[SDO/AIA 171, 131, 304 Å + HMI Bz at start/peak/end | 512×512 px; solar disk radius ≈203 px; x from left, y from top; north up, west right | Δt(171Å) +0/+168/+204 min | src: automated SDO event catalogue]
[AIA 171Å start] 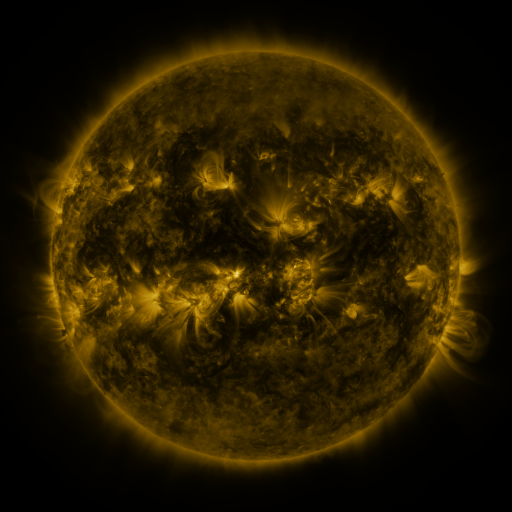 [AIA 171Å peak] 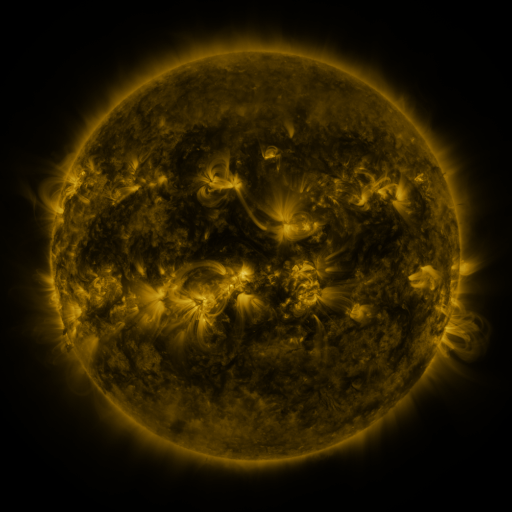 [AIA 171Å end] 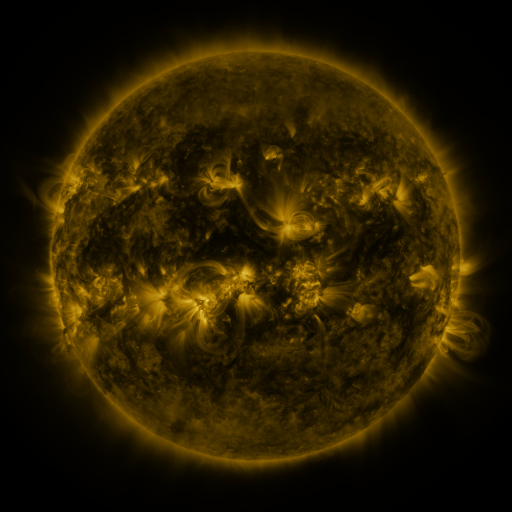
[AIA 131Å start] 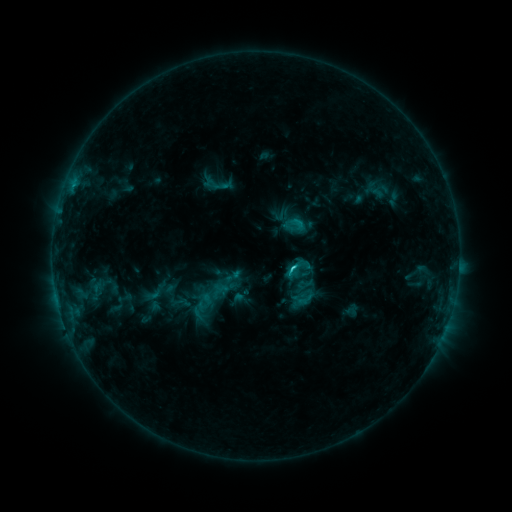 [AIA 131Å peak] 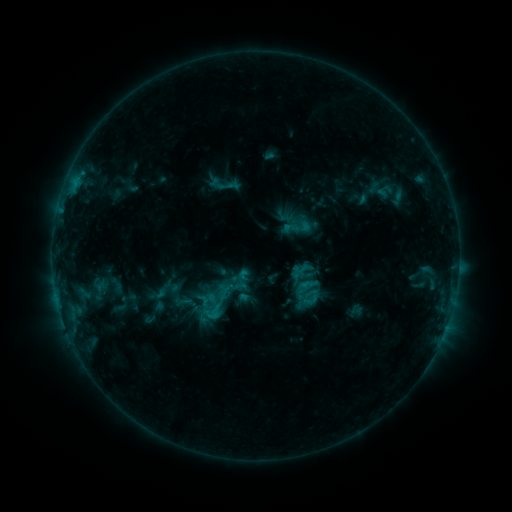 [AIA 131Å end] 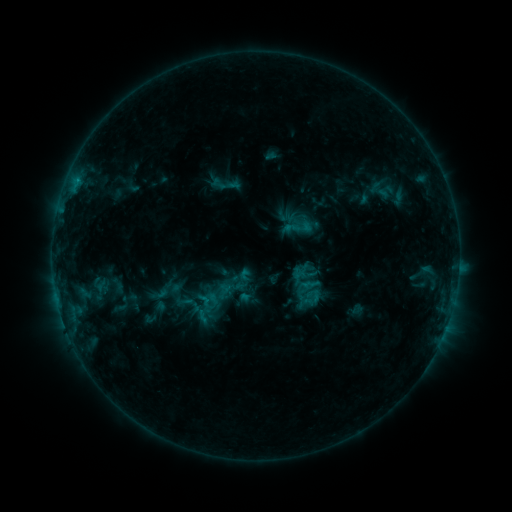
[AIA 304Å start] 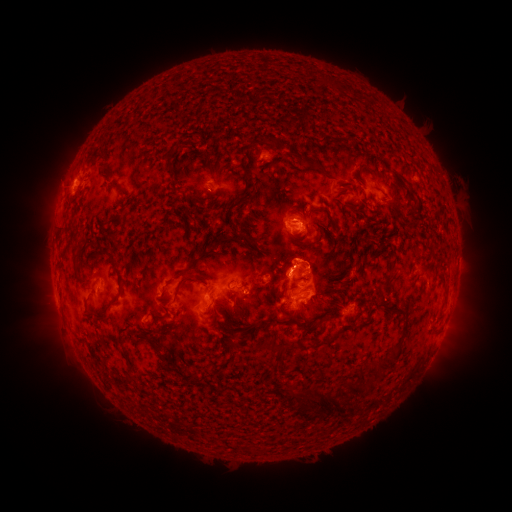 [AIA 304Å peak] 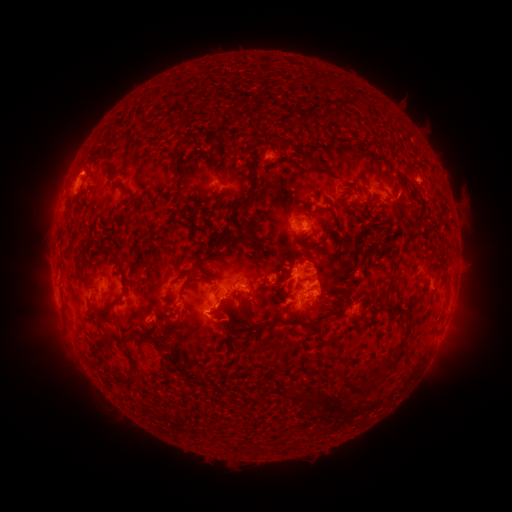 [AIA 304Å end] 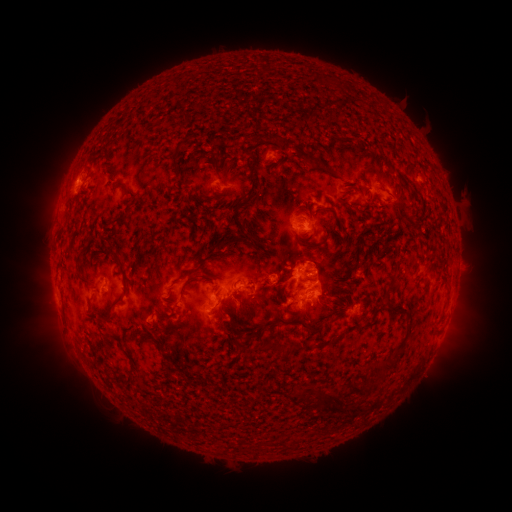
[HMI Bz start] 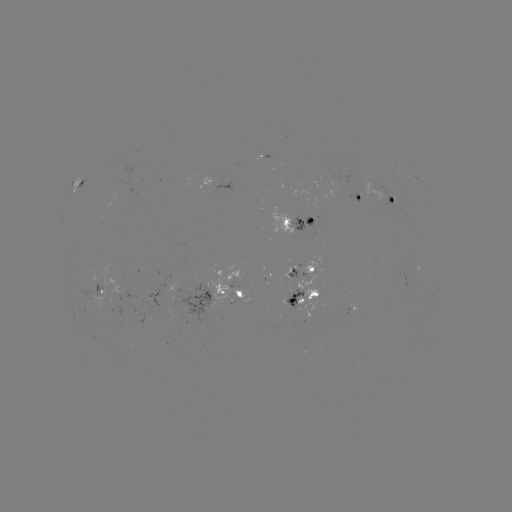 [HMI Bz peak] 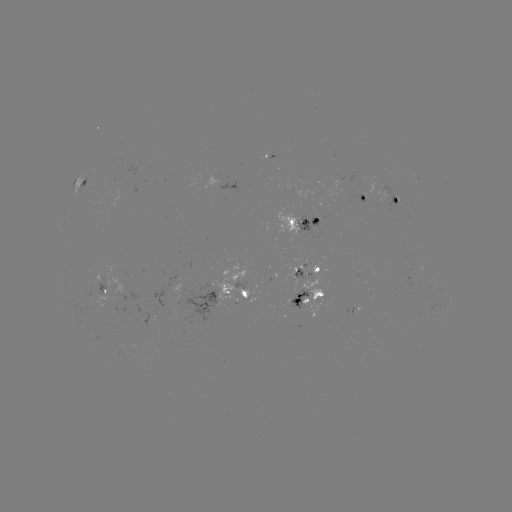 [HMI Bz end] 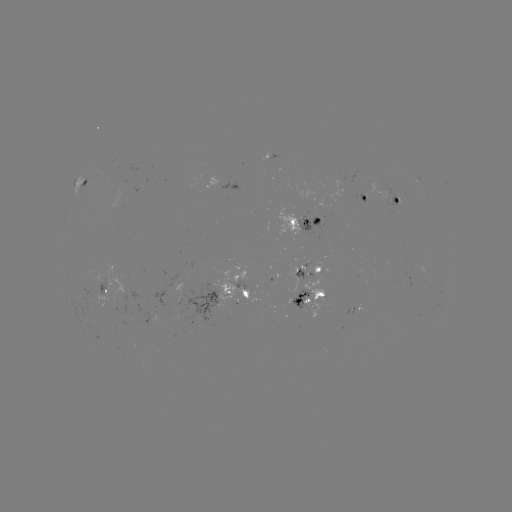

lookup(emerging-flux region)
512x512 [90, 297]